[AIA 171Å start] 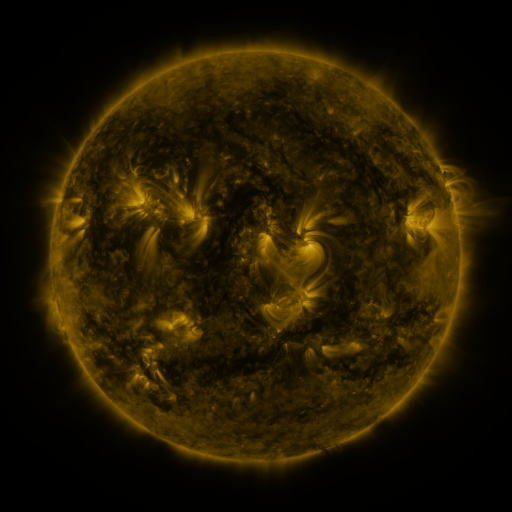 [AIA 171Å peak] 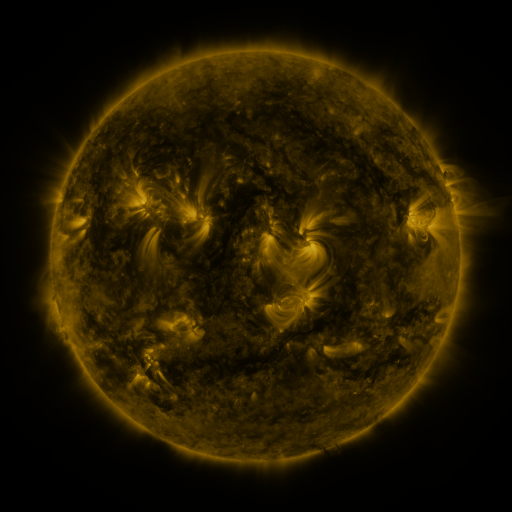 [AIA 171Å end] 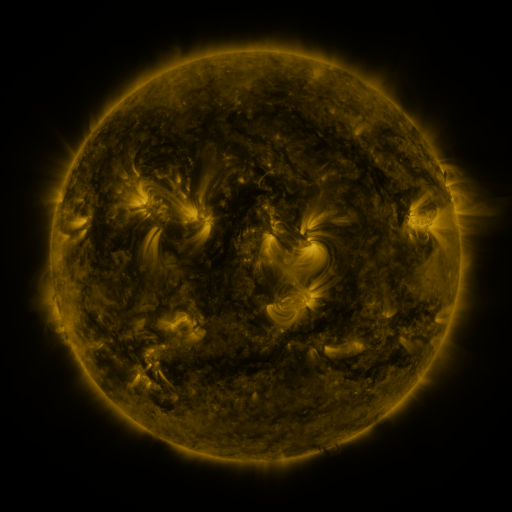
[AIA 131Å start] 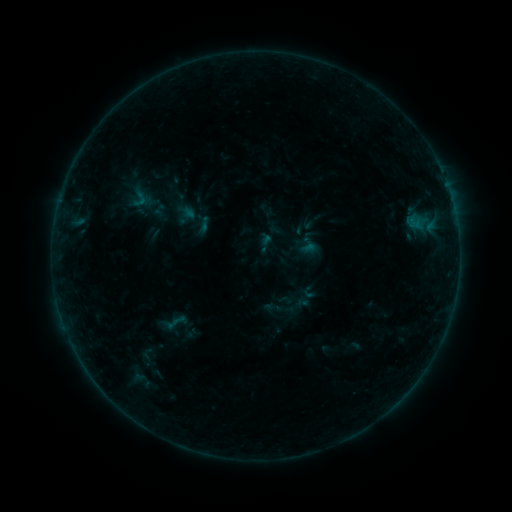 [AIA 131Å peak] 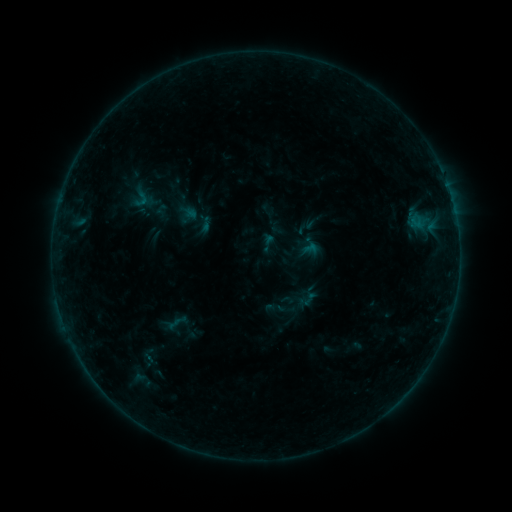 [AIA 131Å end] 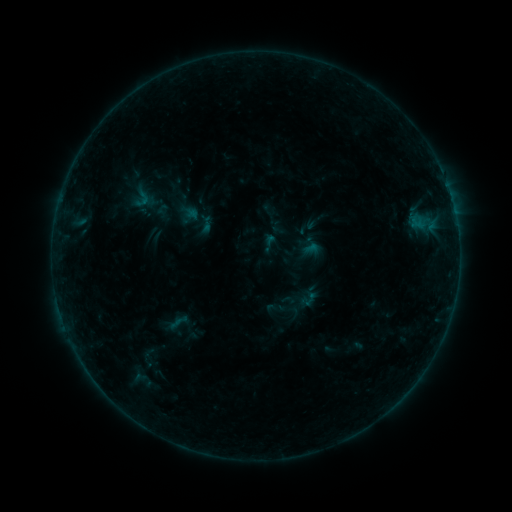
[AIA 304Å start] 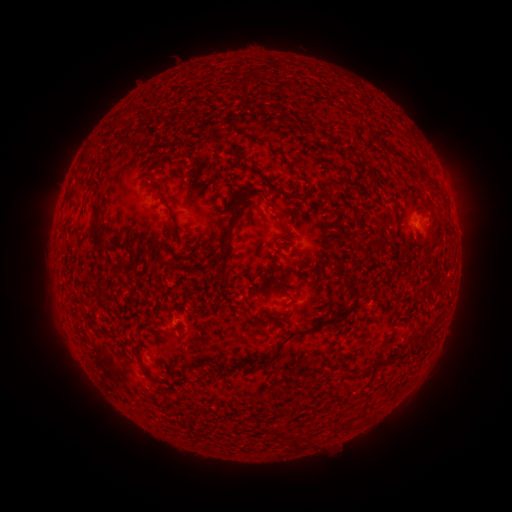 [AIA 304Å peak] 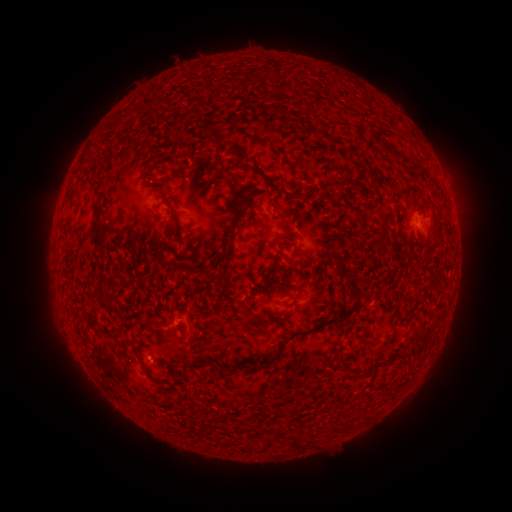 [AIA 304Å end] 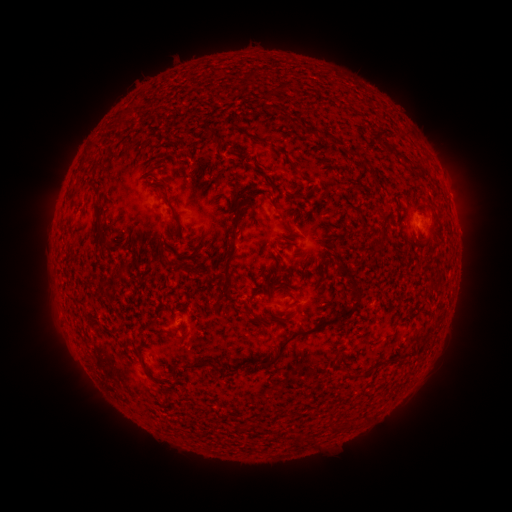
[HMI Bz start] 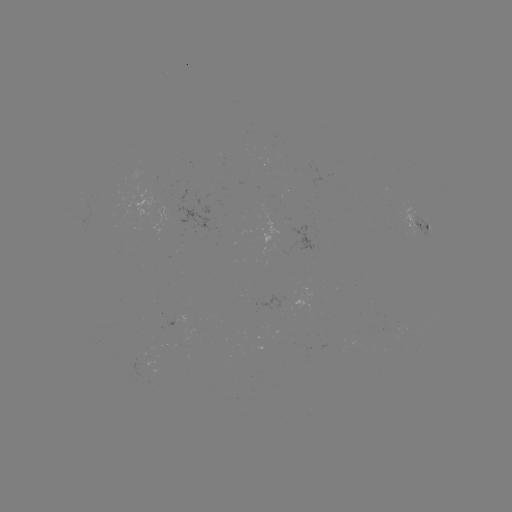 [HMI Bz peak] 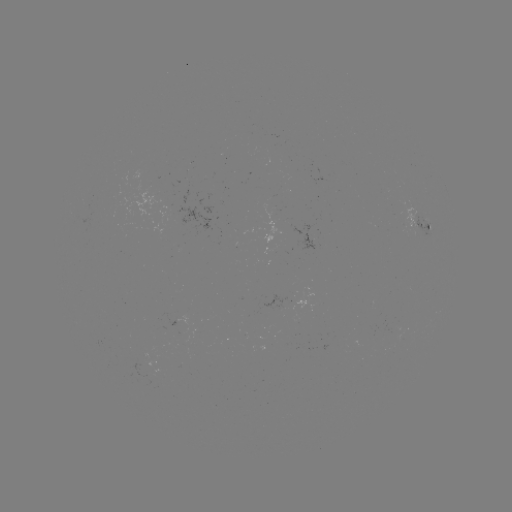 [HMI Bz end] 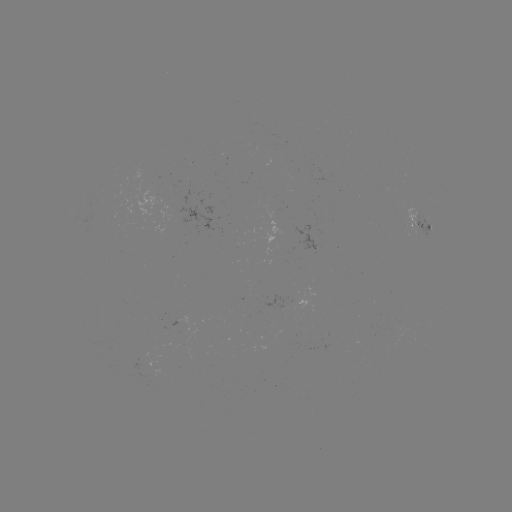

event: emerging-flux region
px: (424, 218)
